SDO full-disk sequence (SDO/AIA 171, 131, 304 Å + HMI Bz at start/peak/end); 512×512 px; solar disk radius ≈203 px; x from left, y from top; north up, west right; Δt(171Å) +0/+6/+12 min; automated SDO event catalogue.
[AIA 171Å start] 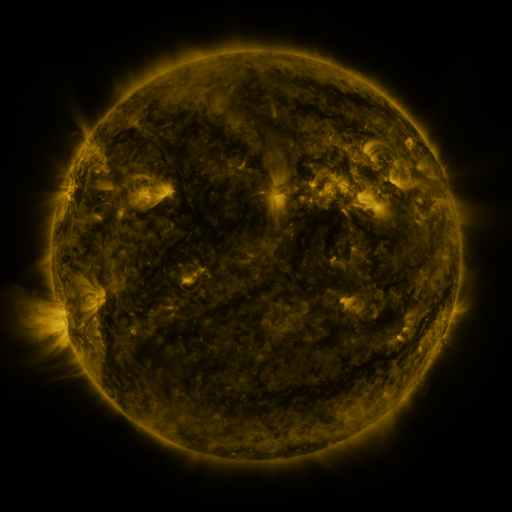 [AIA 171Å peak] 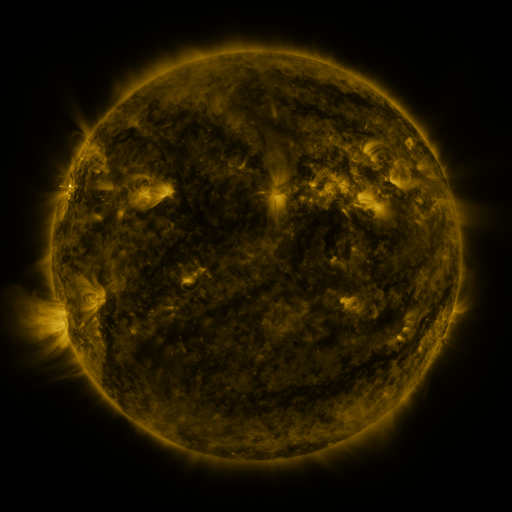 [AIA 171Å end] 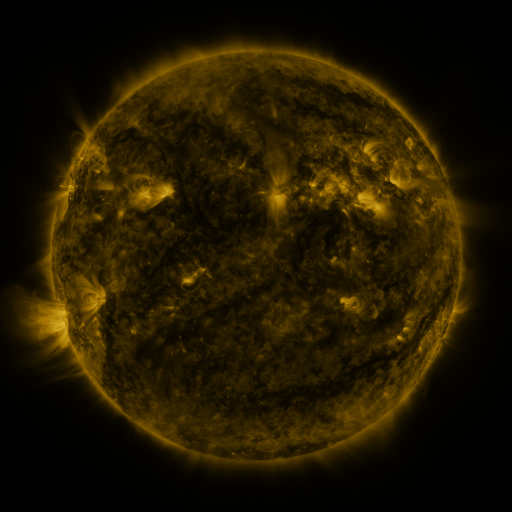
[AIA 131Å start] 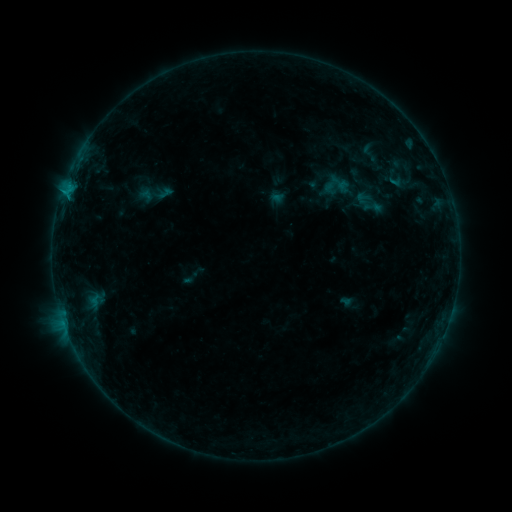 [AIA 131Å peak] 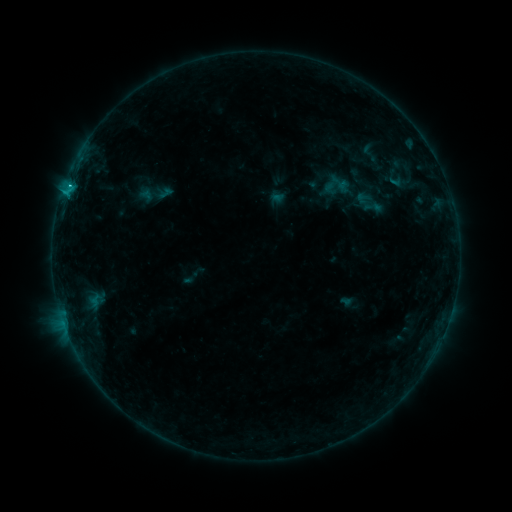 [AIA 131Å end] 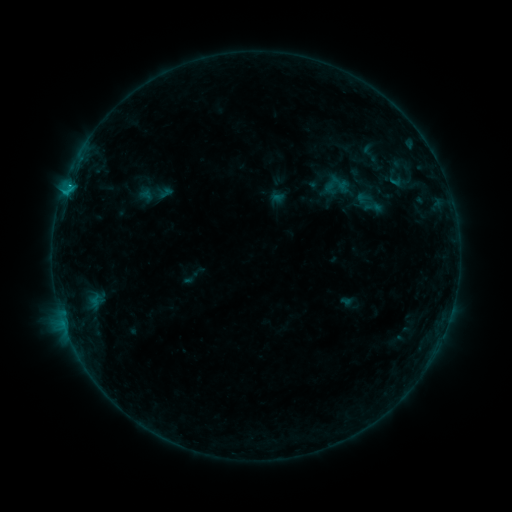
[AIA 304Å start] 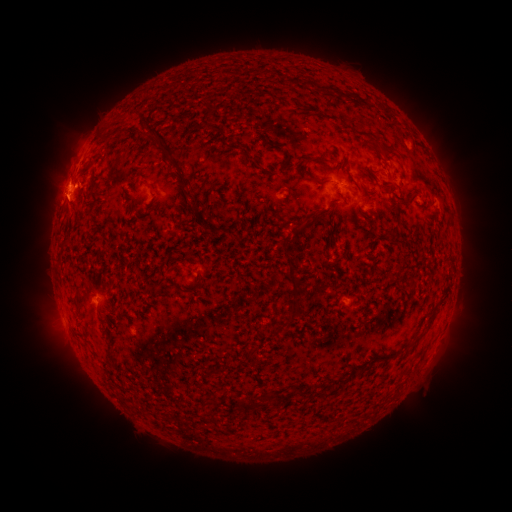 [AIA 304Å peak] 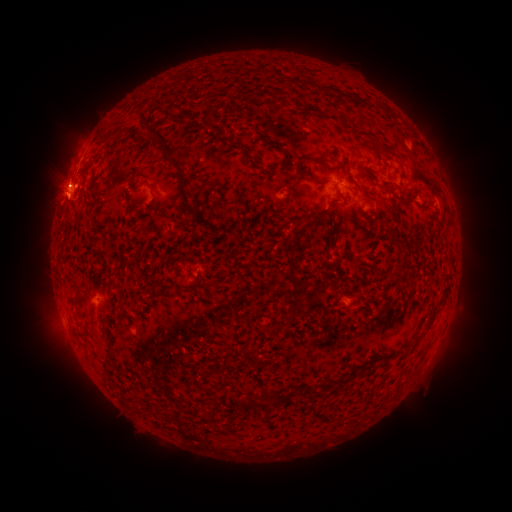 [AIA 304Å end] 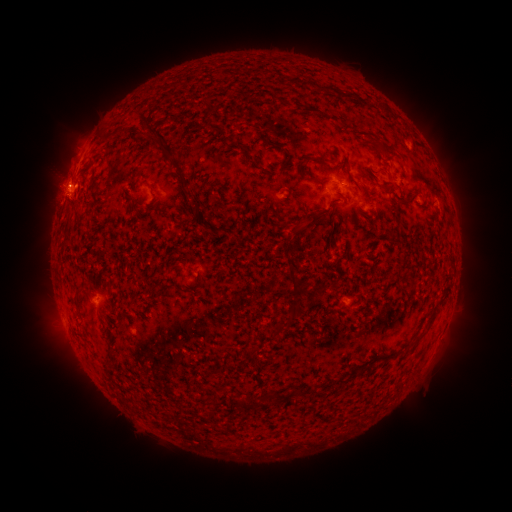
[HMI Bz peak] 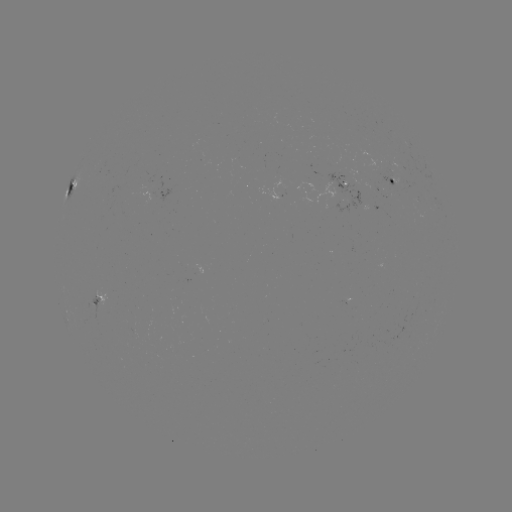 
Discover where C1.1 flare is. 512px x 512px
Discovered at [69, 189].